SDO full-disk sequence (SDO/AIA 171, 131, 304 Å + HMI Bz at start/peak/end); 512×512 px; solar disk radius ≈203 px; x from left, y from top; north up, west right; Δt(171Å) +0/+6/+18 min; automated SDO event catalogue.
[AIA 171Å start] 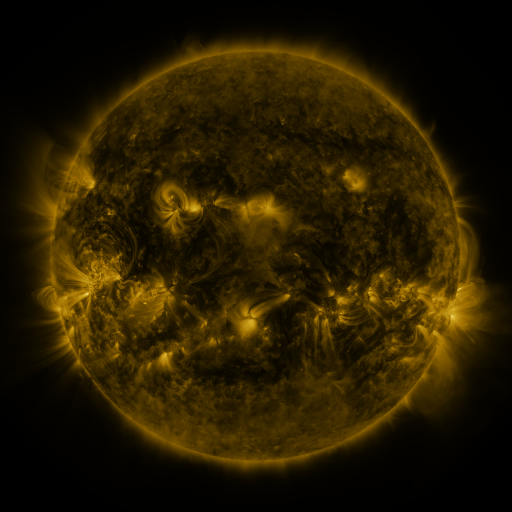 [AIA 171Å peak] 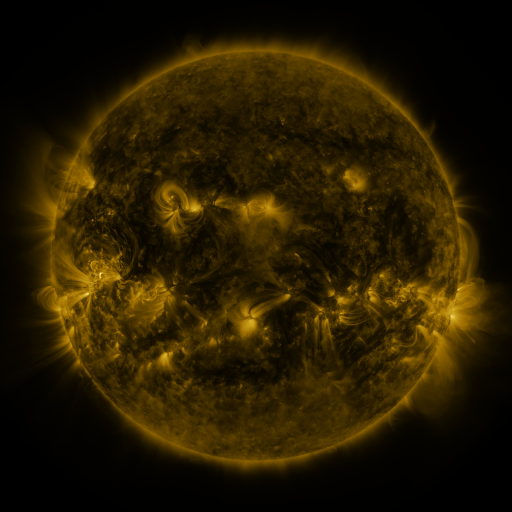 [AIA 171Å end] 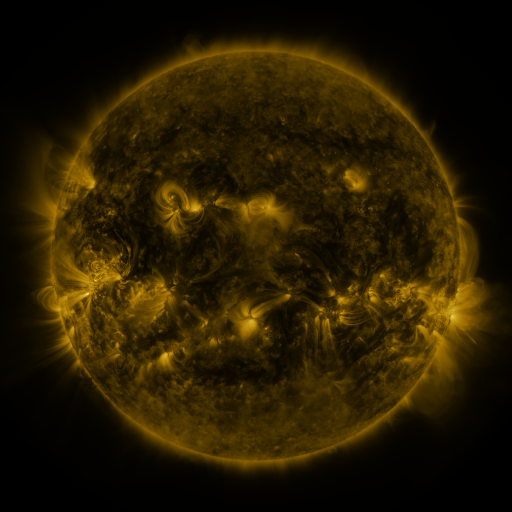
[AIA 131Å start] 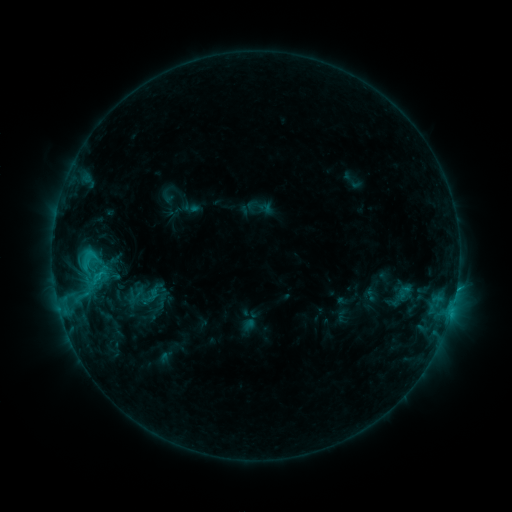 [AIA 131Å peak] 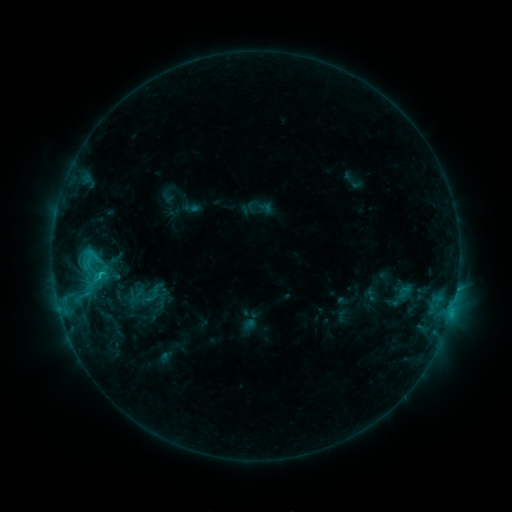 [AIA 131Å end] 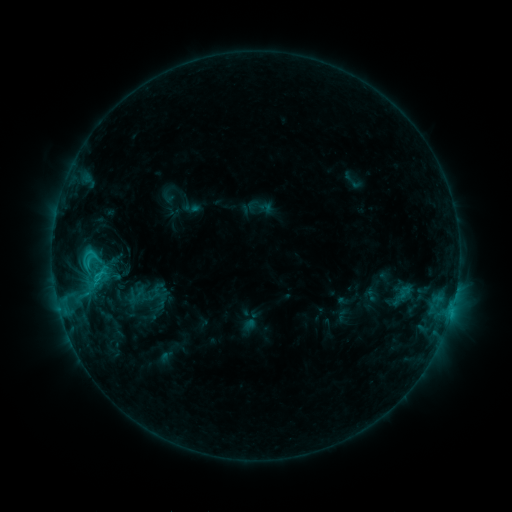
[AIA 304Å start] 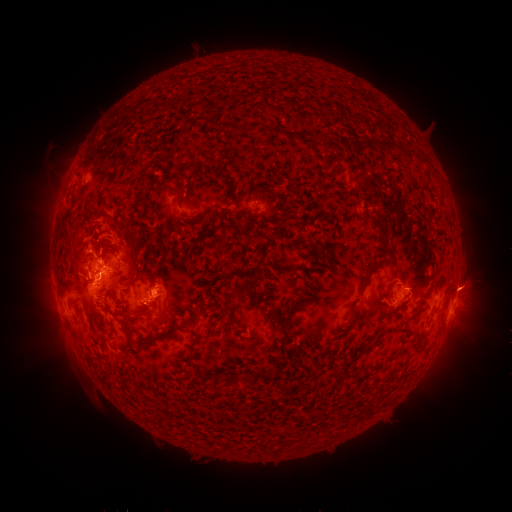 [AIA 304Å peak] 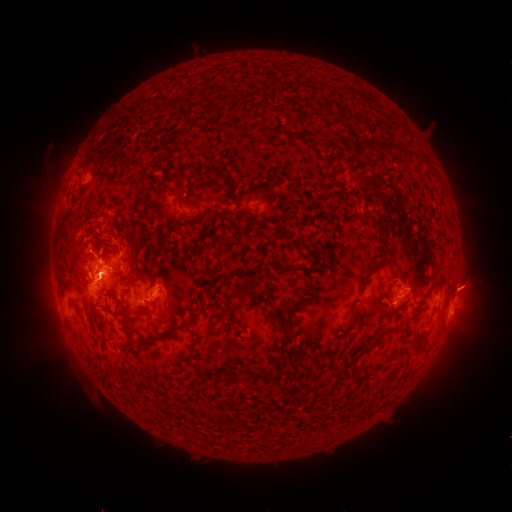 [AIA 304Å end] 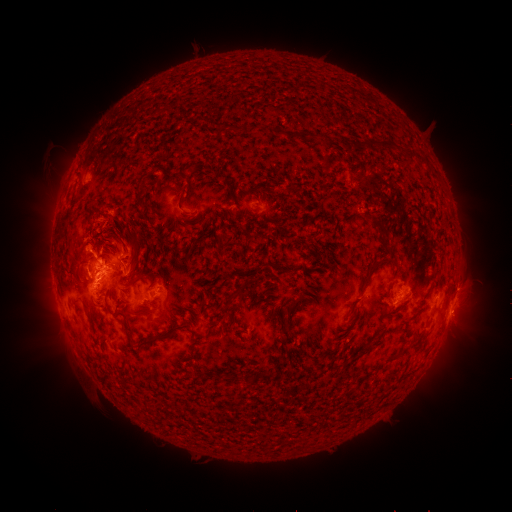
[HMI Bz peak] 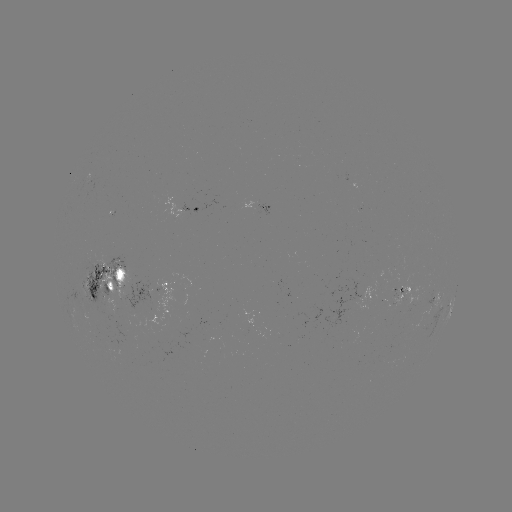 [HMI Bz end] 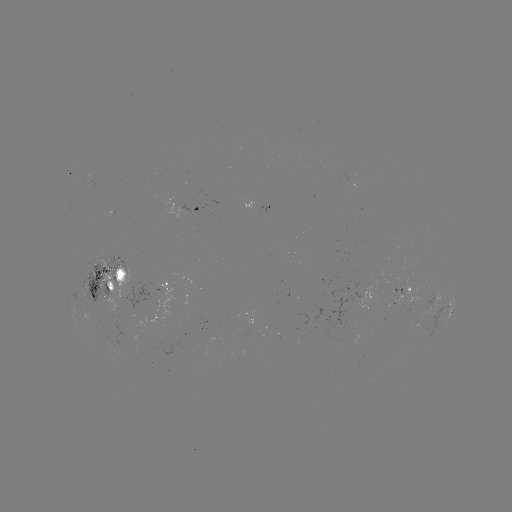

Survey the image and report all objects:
eruption: (121, 242)
